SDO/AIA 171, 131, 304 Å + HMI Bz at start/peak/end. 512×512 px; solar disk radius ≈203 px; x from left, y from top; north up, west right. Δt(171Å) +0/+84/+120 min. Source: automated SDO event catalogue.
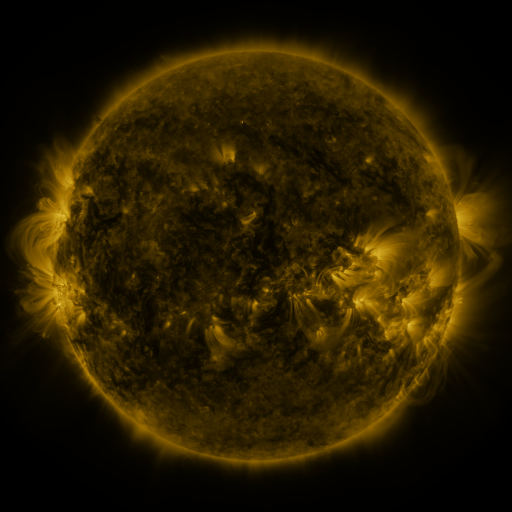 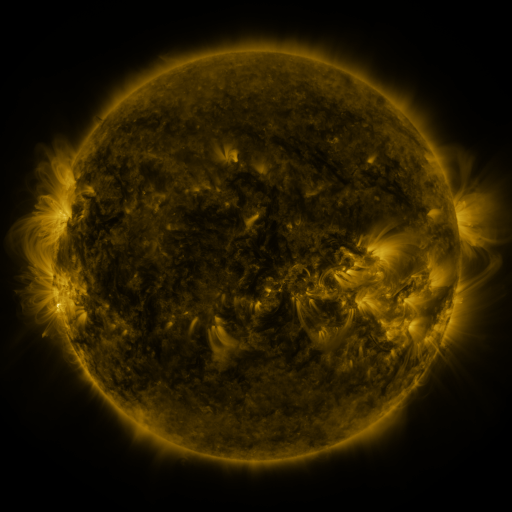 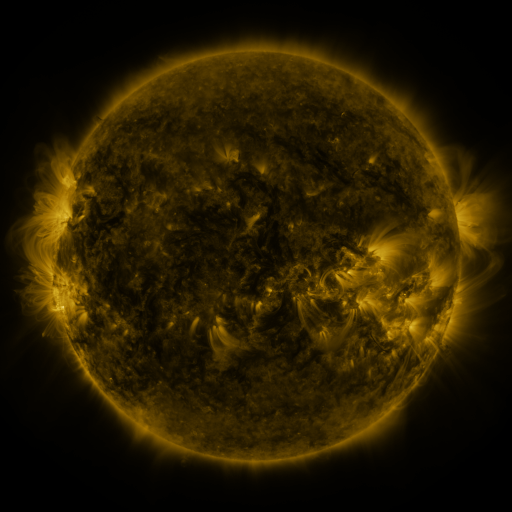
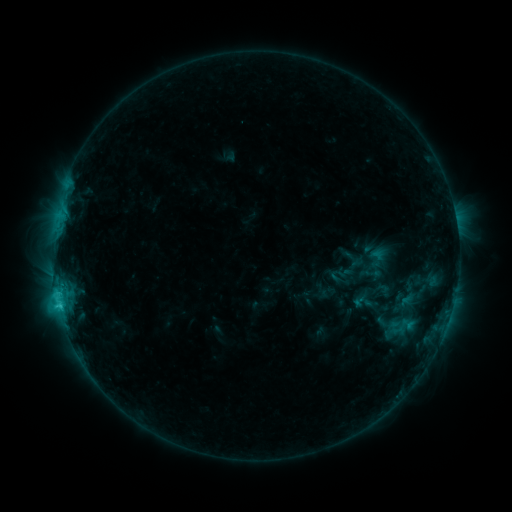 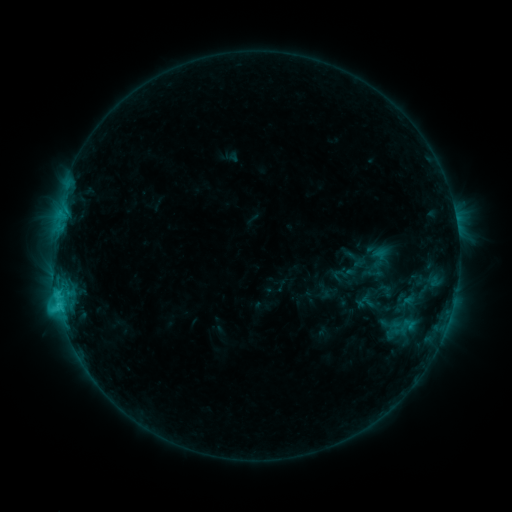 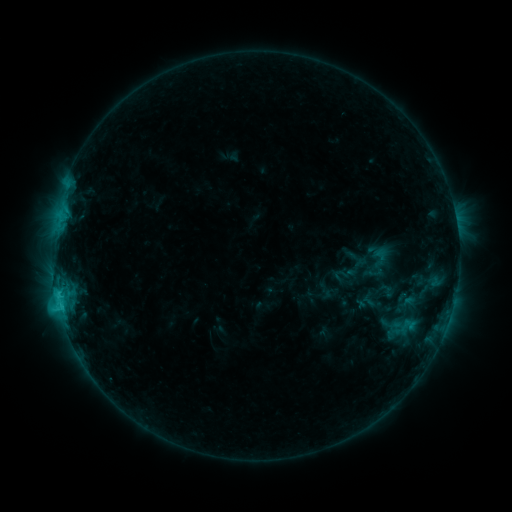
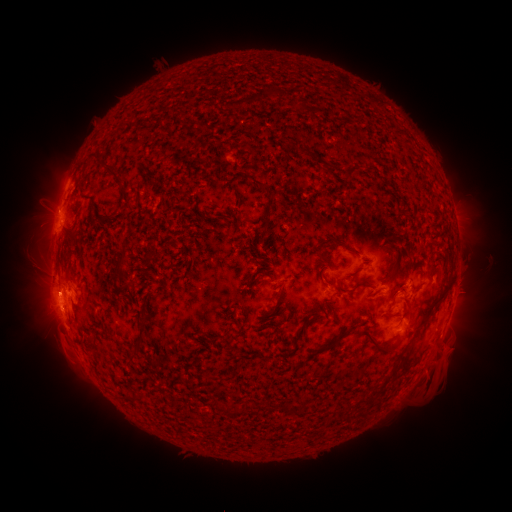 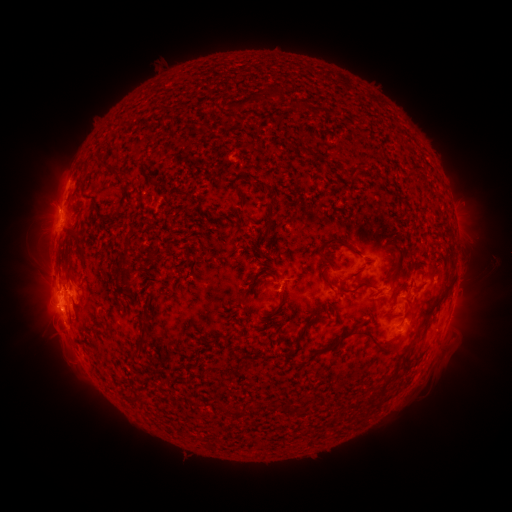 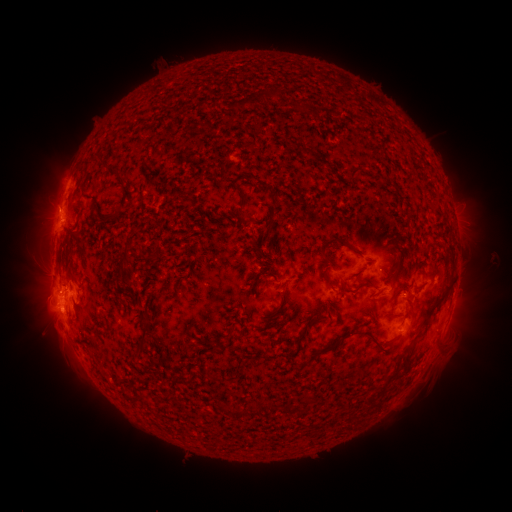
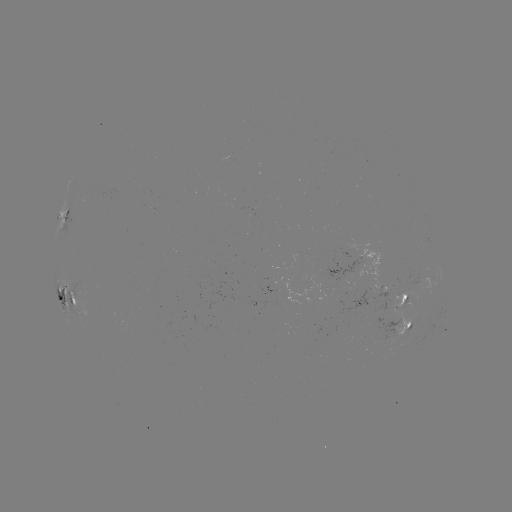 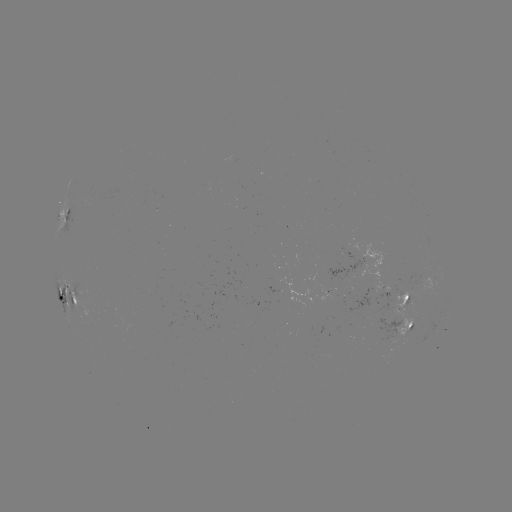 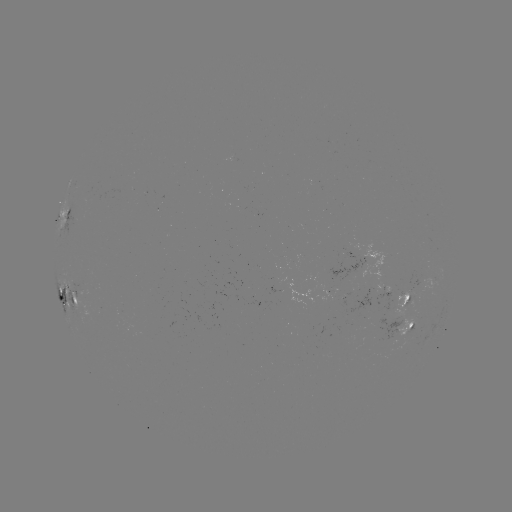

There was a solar emerging-flux region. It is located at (401, 302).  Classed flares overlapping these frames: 2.